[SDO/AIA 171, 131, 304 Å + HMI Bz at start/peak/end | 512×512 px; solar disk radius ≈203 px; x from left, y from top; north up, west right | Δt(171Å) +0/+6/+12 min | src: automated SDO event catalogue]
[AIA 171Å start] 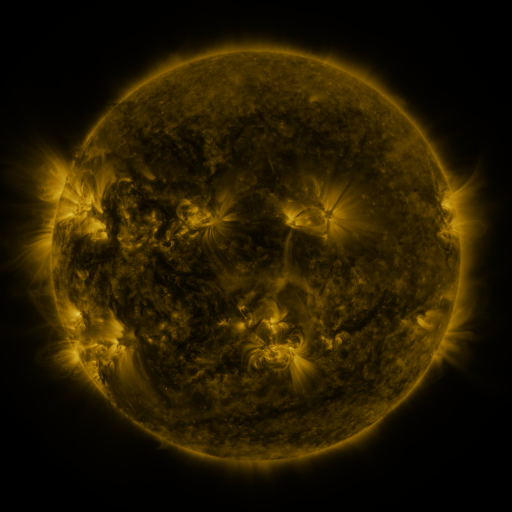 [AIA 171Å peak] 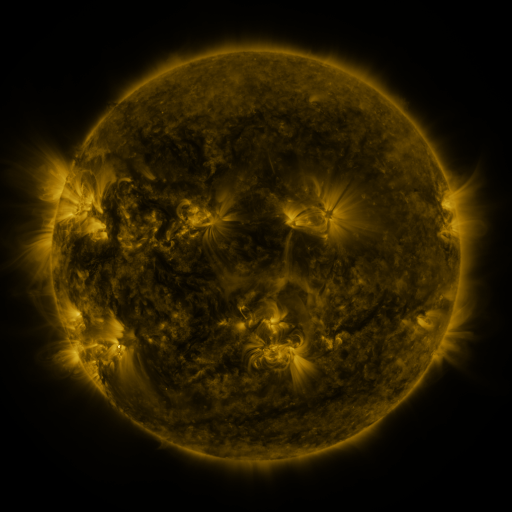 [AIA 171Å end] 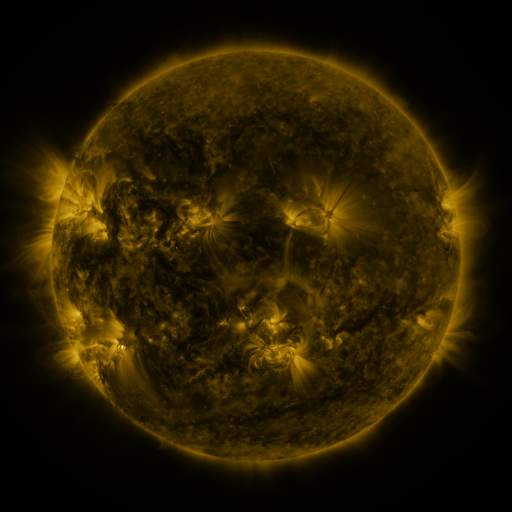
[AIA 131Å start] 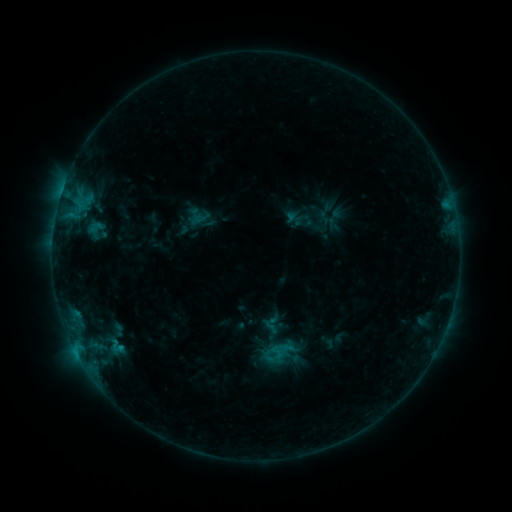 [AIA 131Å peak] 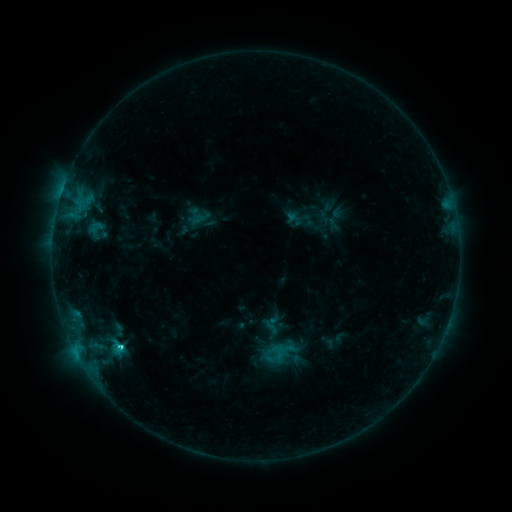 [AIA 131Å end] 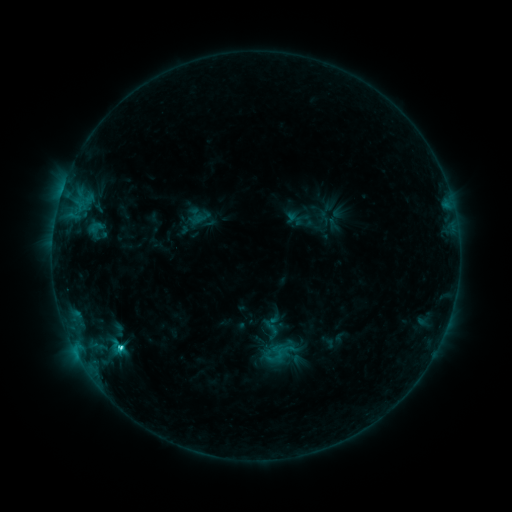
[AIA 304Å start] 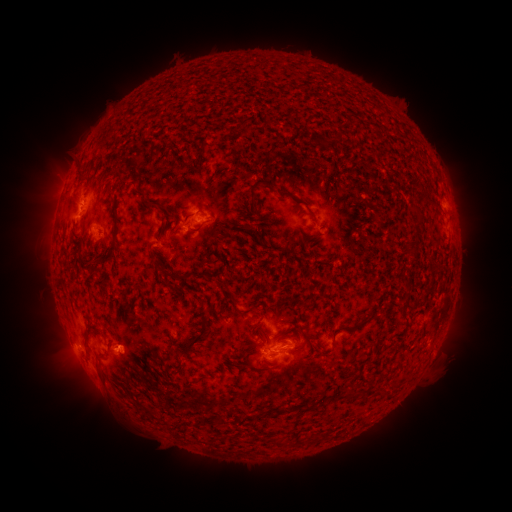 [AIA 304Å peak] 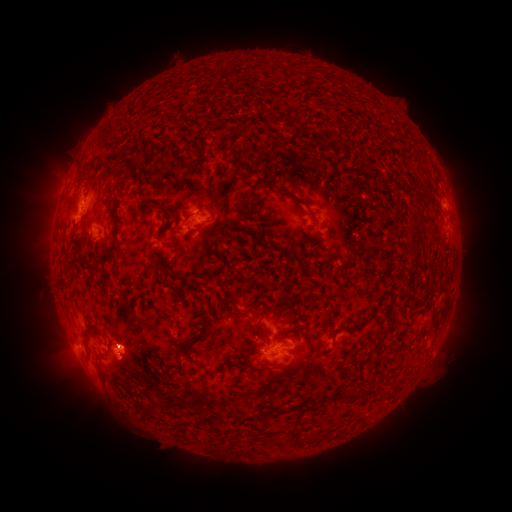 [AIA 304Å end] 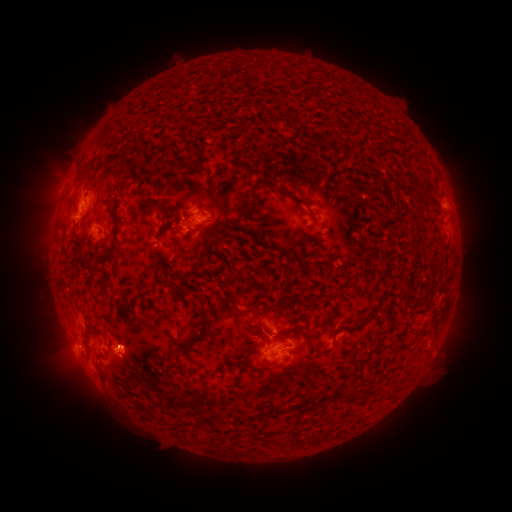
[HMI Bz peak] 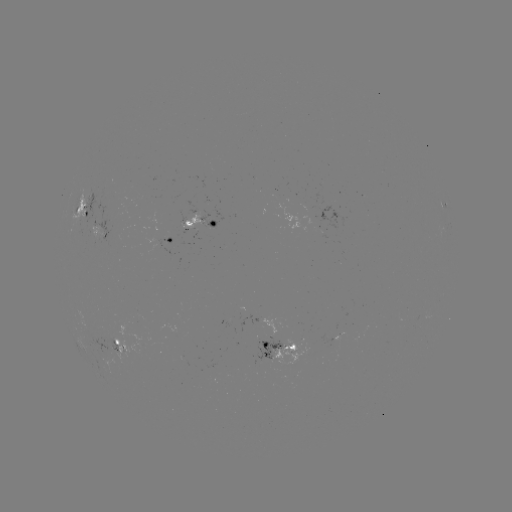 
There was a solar flare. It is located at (122, 345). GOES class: C2.0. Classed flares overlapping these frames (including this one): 1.